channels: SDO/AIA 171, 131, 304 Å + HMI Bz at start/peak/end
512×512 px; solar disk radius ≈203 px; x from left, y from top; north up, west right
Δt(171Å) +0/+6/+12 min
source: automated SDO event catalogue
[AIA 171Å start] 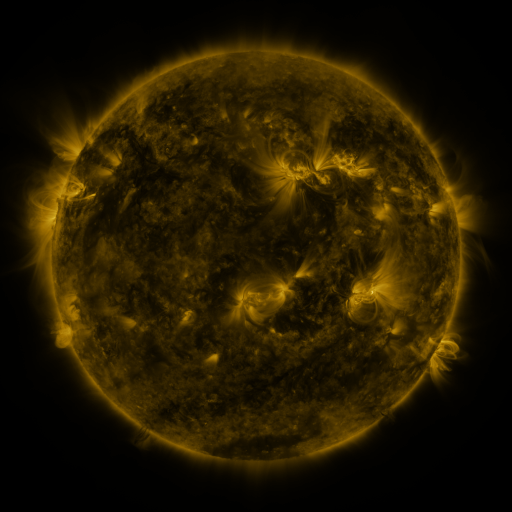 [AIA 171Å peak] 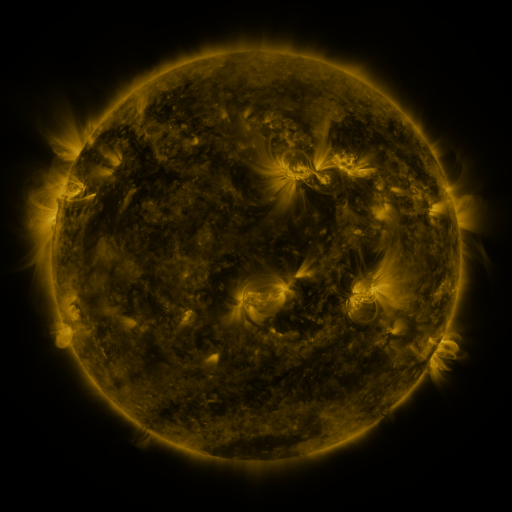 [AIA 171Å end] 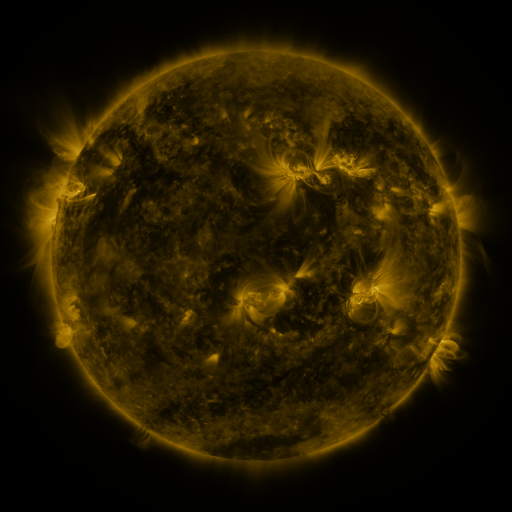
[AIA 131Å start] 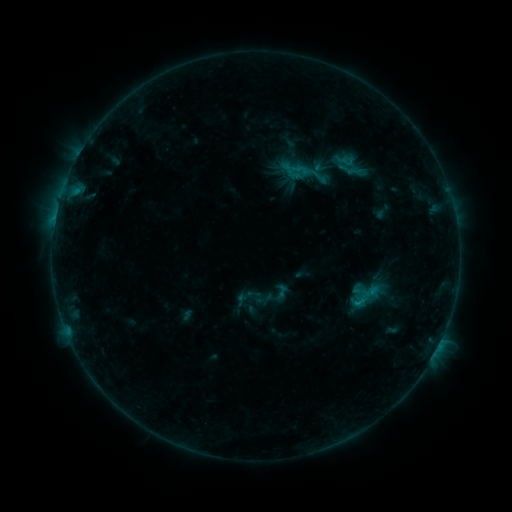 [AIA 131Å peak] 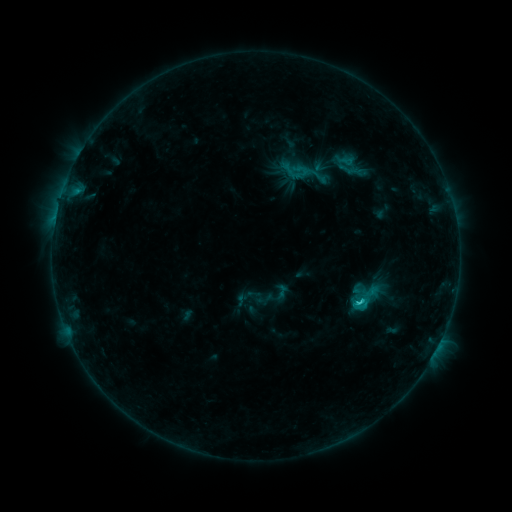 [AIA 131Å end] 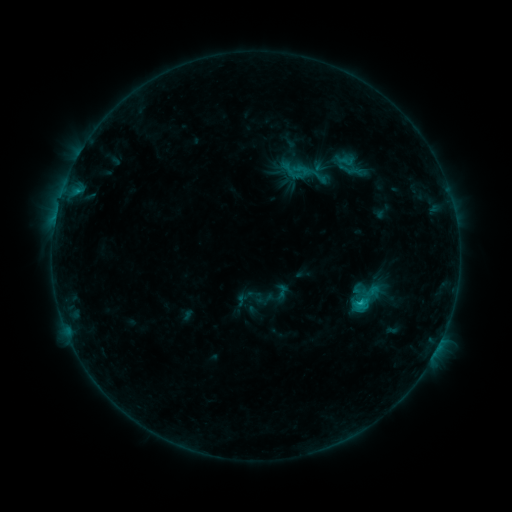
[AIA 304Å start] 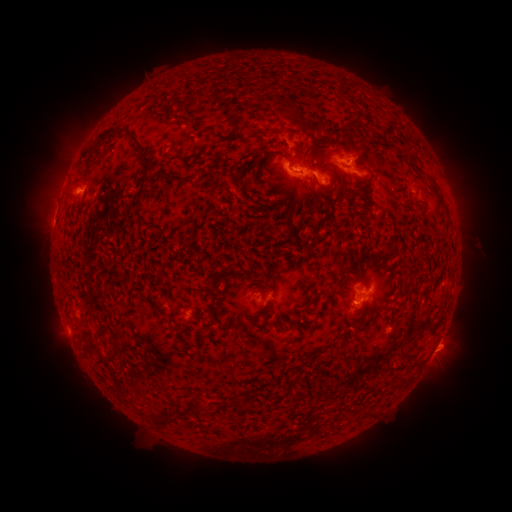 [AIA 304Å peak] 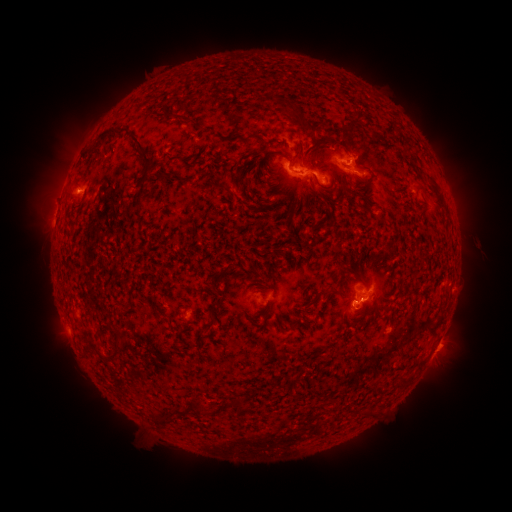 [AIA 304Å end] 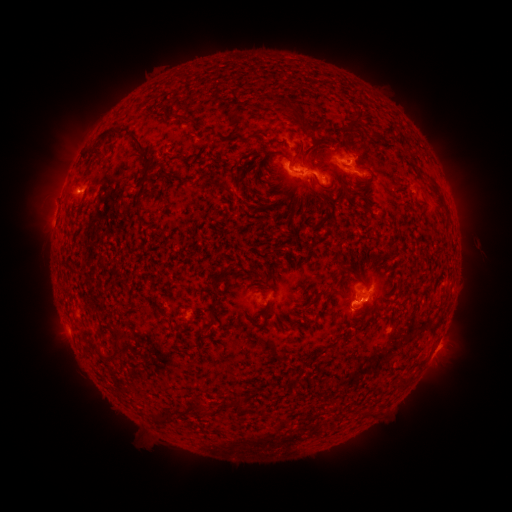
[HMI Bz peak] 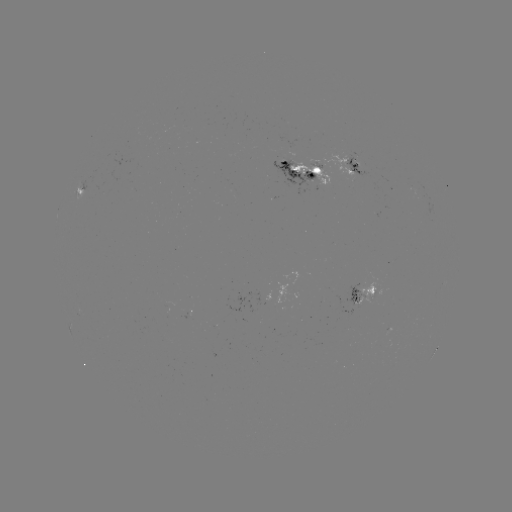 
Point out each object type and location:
C1.8 flare: (358, 301)
